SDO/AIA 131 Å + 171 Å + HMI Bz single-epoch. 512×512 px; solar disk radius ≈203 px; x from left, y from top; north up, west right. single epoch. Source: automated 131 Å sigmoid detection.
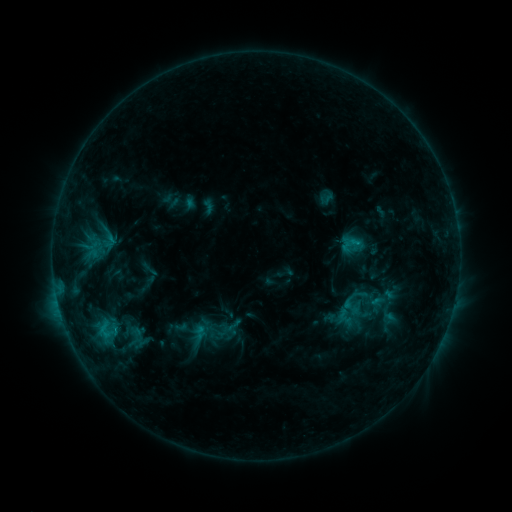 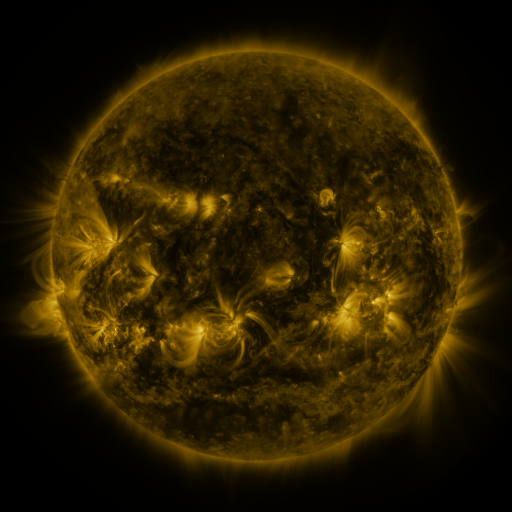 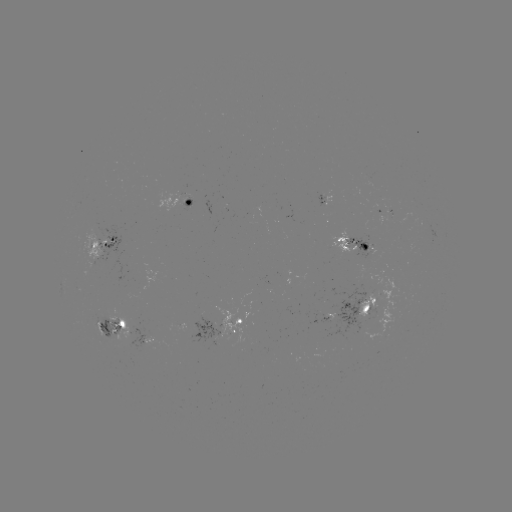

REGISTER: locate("sigmoid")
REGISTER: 131,328